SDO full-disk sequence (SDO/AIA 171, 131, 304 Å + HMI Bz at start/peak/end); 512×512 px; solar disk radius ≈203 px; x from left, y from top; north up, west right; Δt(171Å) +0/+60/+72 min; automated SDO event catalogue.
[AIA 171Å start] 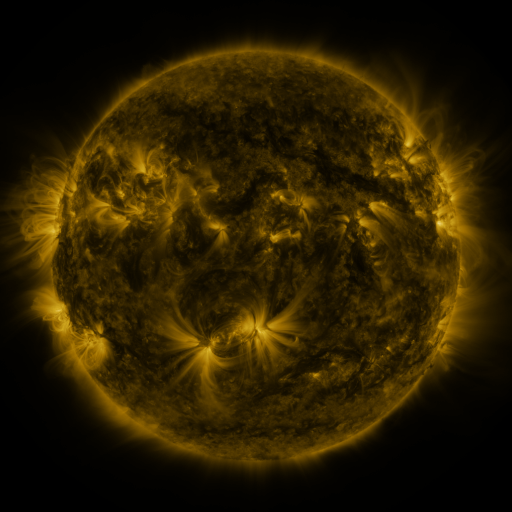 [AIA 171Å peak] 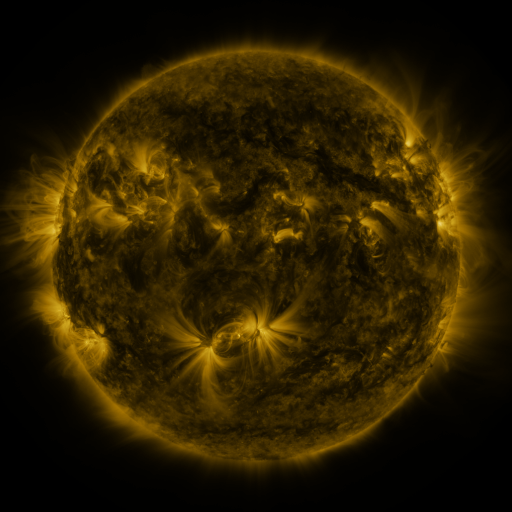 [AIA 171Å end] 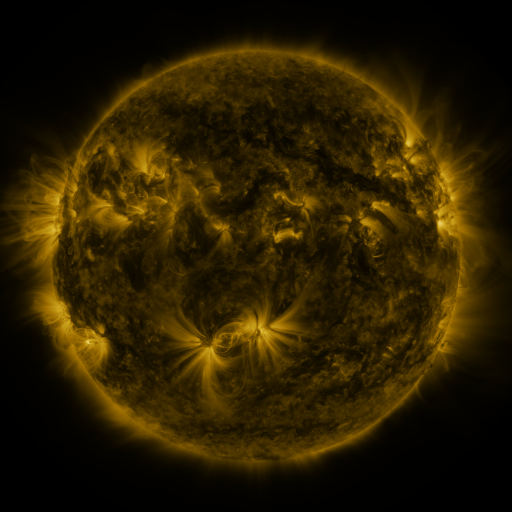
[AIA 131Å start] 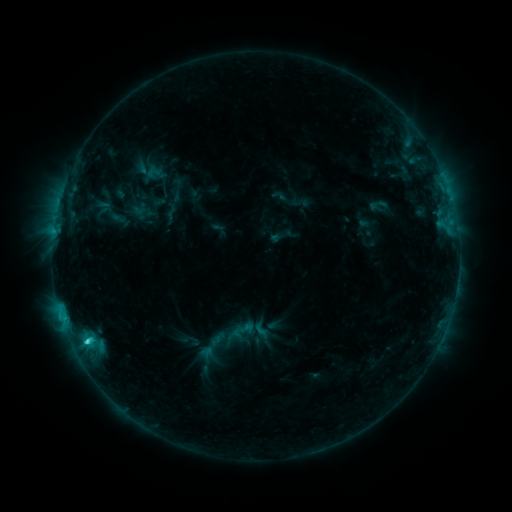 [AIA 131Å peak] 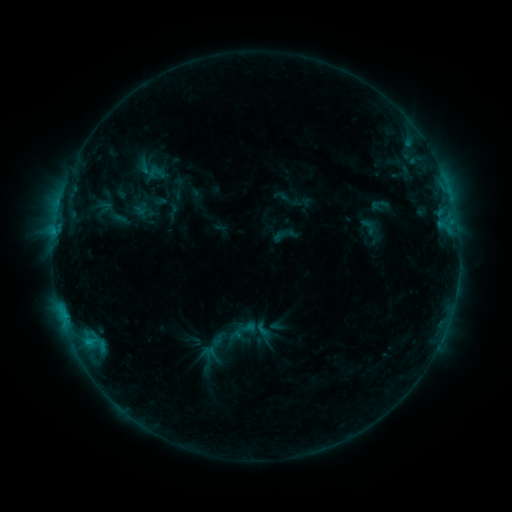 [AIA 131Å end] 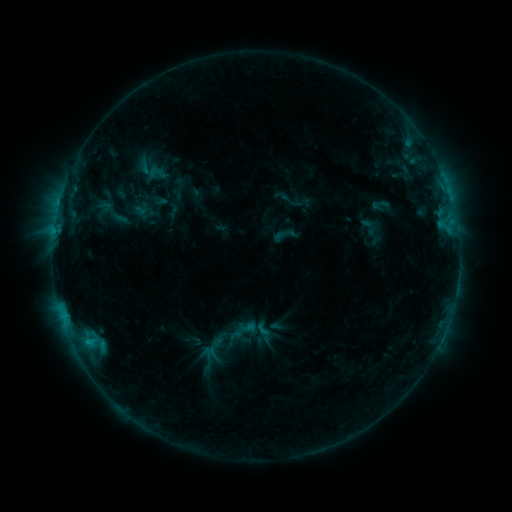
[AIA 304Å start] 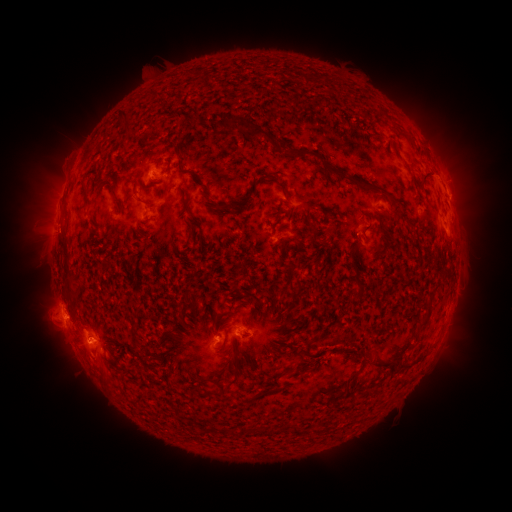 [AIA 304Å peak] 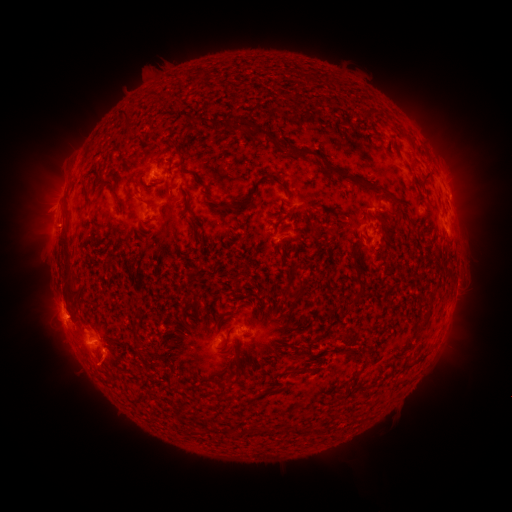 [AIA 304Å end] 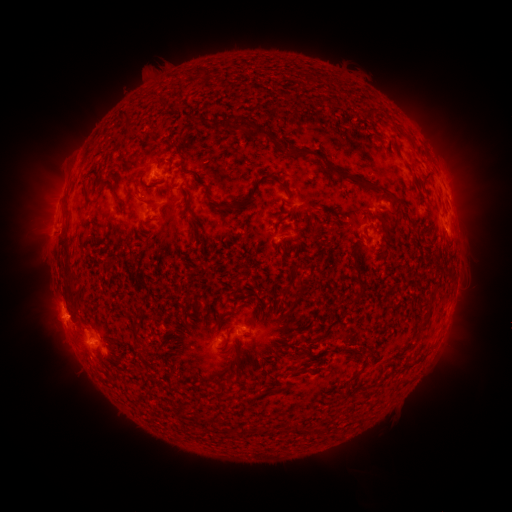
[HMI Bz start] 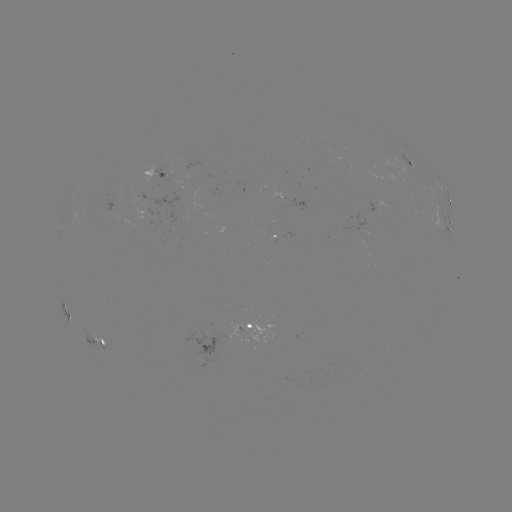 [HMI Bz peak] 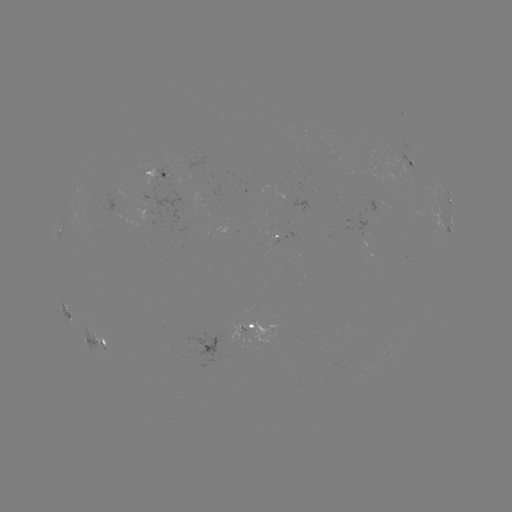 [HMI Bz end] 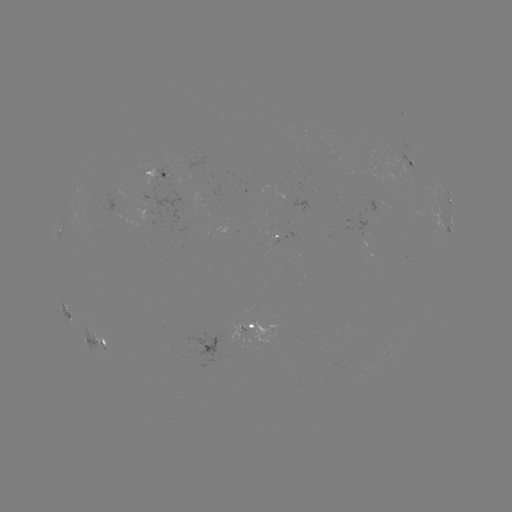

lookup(emerging-flux region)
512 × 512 (165, 174)